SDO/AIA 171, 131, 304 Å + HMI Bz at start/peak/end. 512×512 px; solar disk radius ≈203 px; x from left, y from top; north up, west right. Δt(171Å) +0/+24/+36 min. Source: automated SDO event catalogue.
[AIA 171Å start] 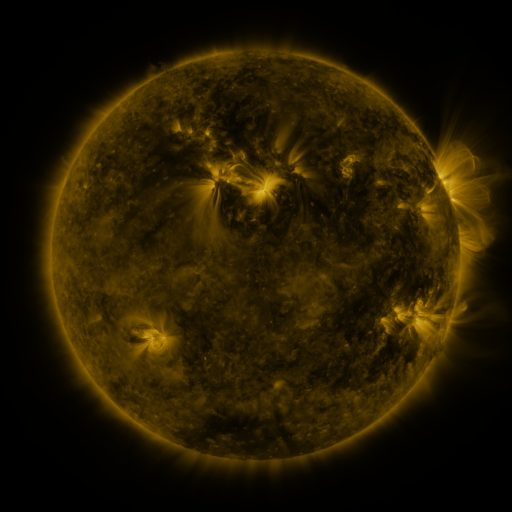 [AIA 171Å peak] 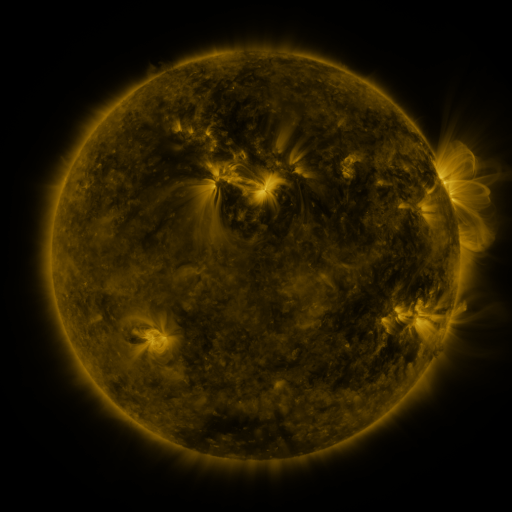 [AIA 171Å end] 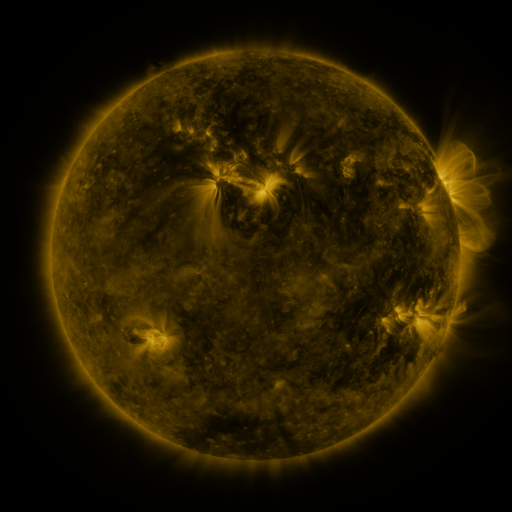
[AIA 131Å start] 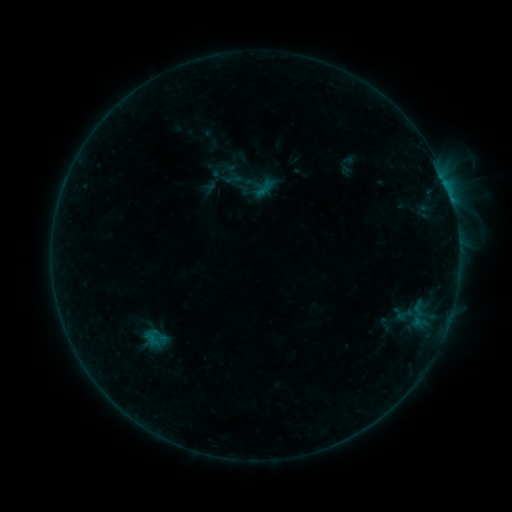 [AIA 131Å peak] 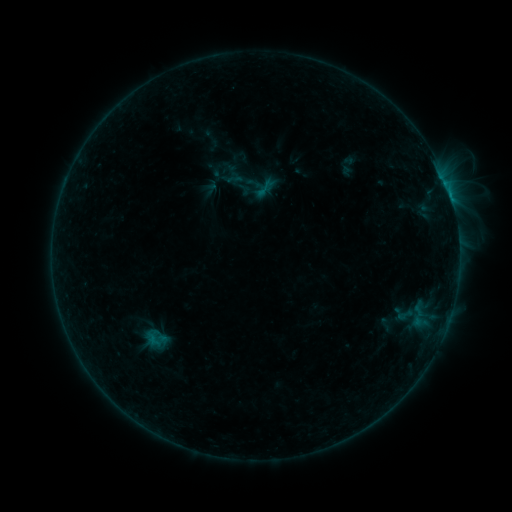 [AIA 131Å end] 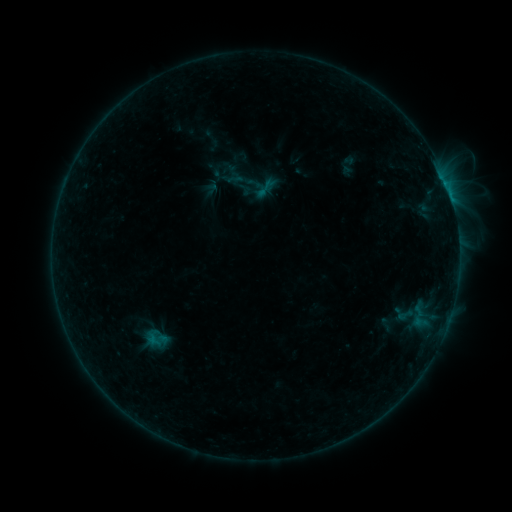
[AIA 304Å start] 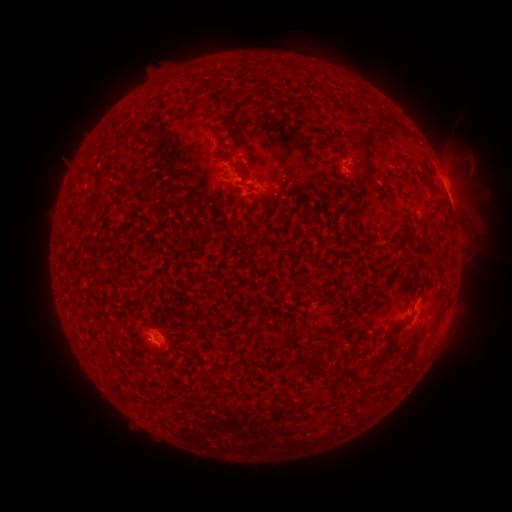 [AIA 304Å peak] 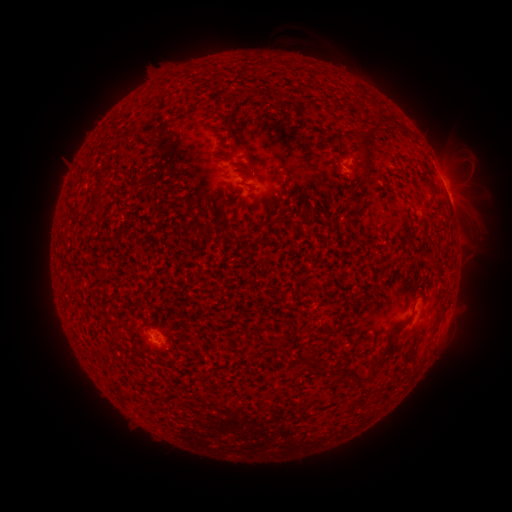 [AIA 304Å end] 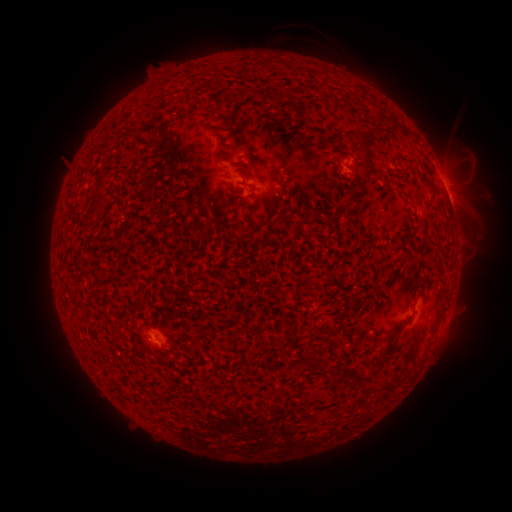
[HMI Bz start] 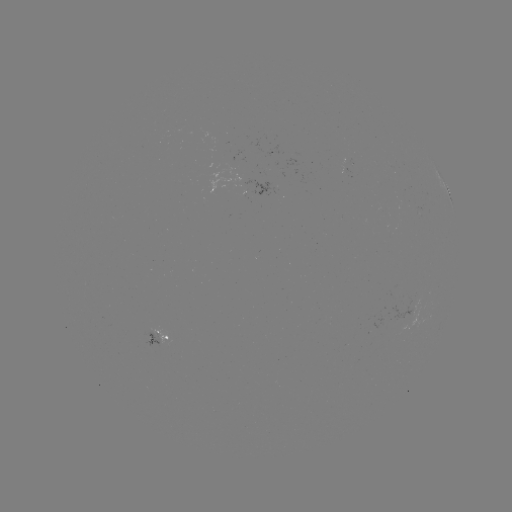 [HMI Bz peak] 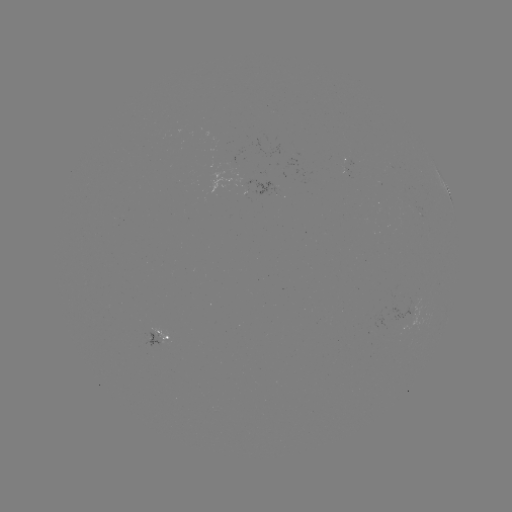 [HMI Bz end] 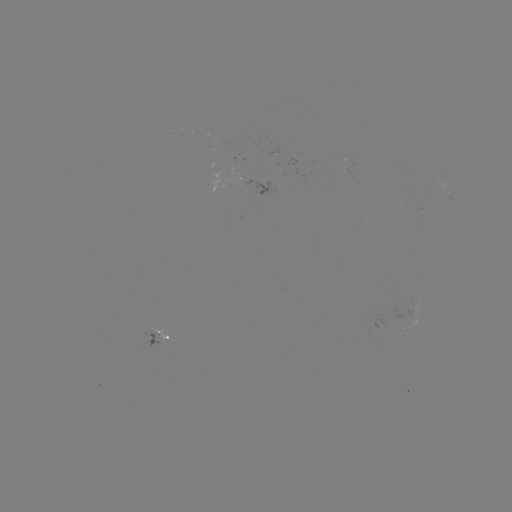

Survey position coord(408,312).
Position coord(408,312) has emerging-flux region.